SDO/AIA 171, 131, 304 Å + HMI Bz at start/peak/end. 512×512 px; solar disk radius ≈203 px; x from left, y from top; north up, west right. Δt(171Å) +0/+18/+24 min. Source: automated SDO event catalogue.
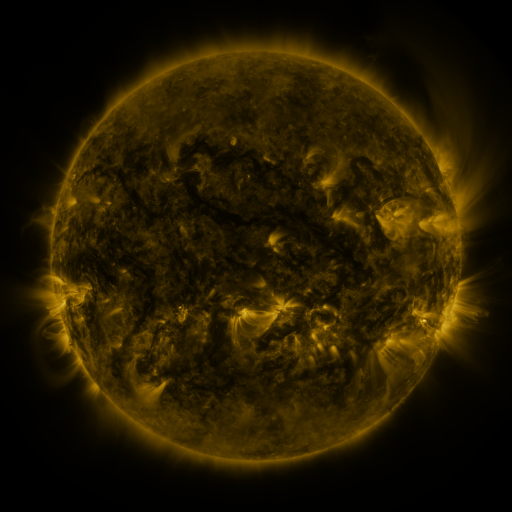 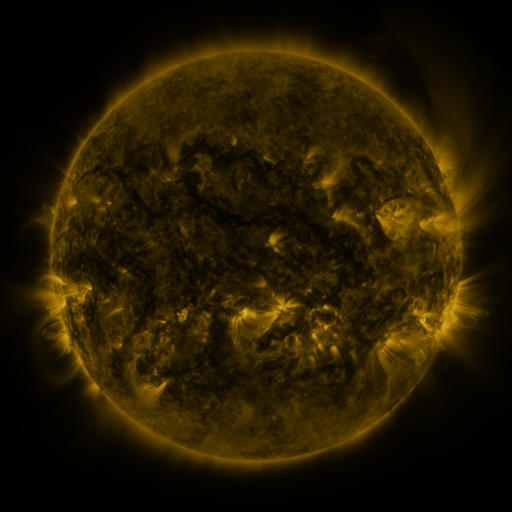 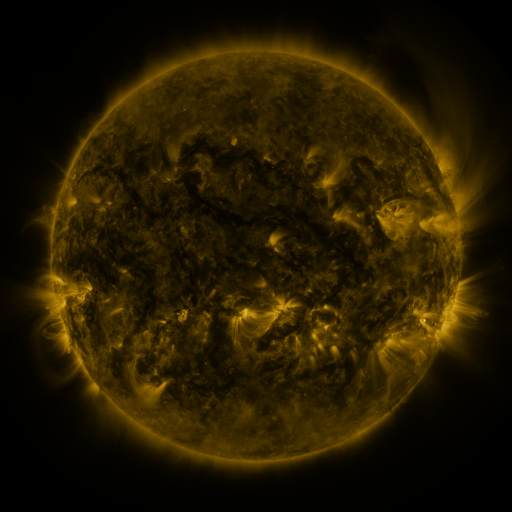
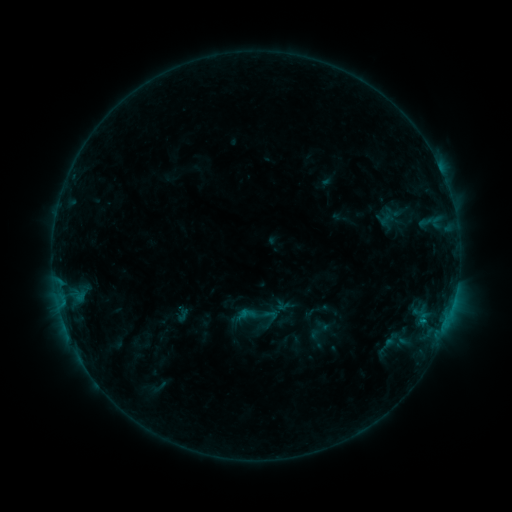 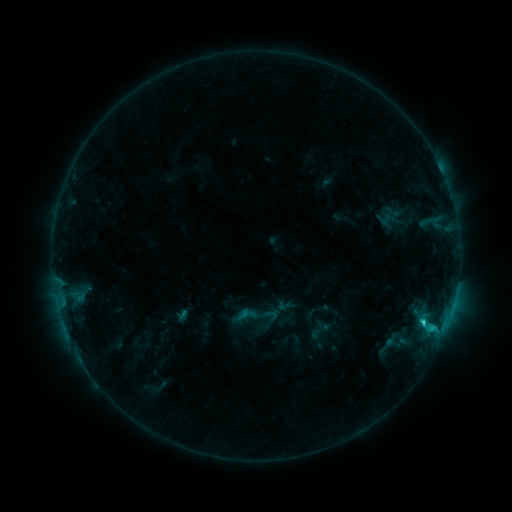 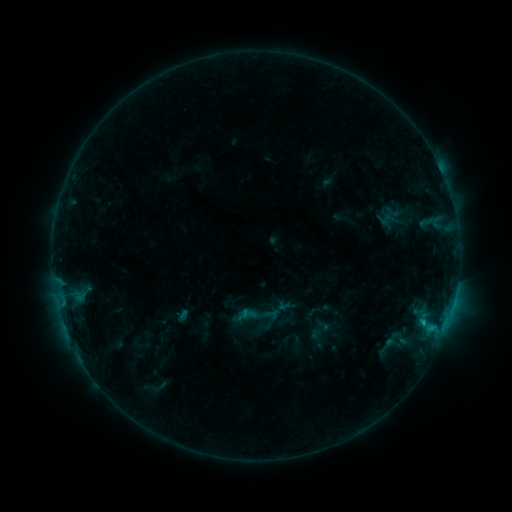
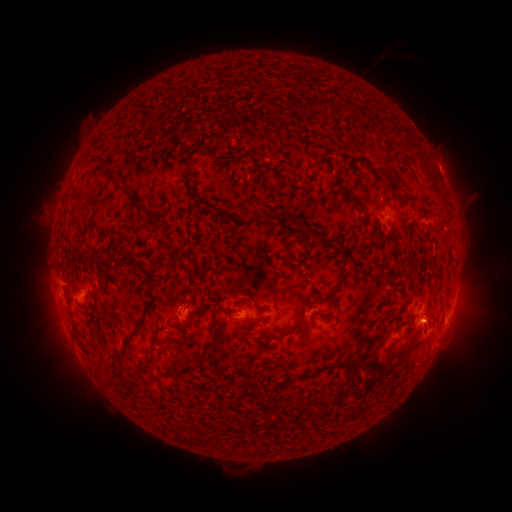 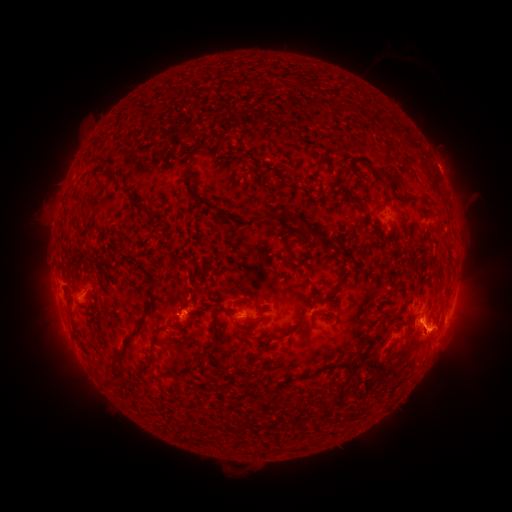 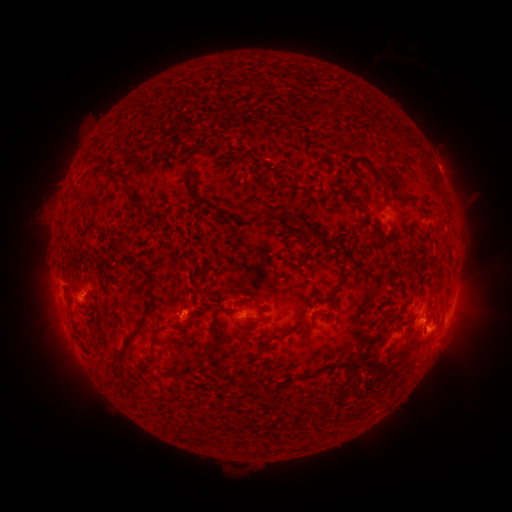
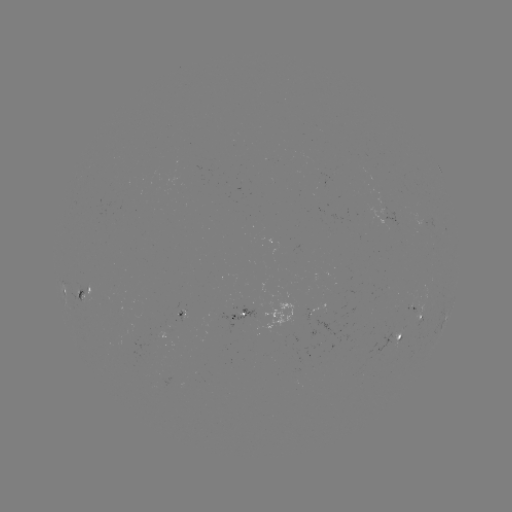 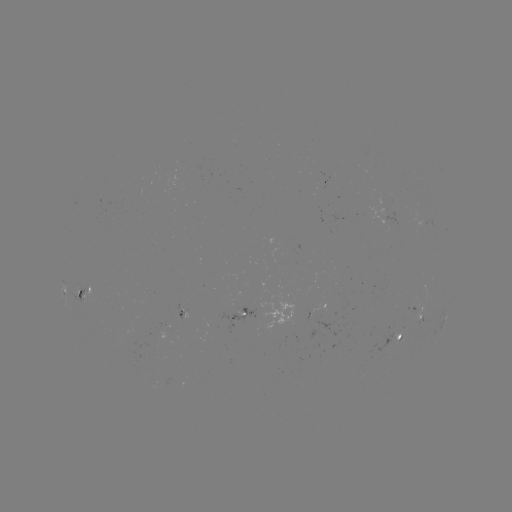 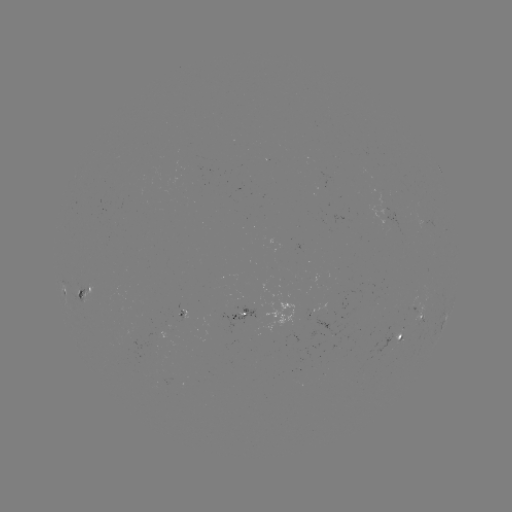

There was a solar flare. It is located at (422, 318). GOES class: C1.6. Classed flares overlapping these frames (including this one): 1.